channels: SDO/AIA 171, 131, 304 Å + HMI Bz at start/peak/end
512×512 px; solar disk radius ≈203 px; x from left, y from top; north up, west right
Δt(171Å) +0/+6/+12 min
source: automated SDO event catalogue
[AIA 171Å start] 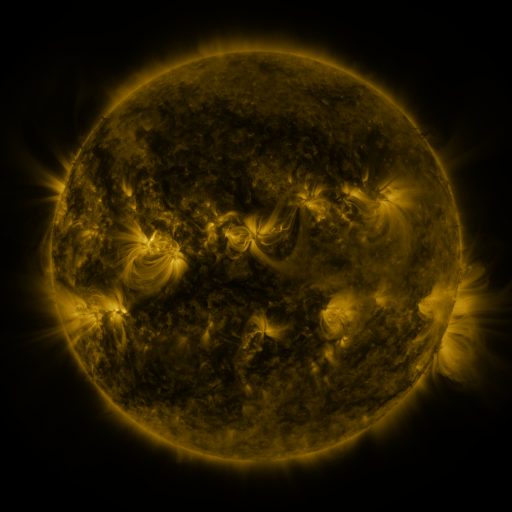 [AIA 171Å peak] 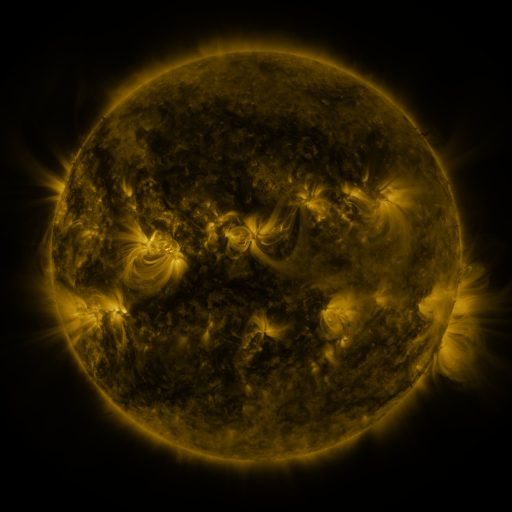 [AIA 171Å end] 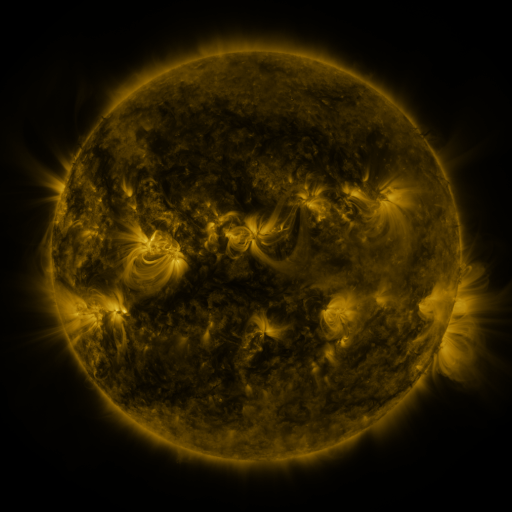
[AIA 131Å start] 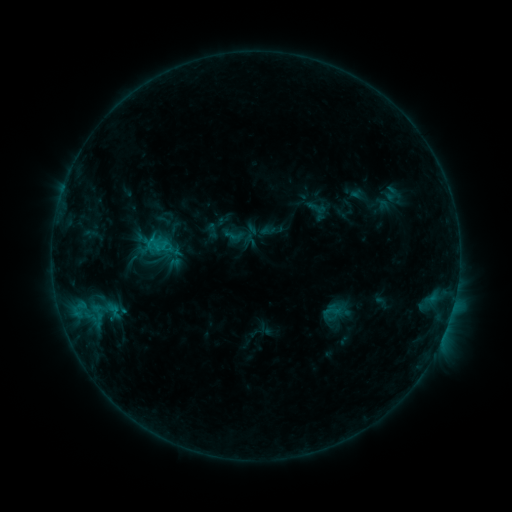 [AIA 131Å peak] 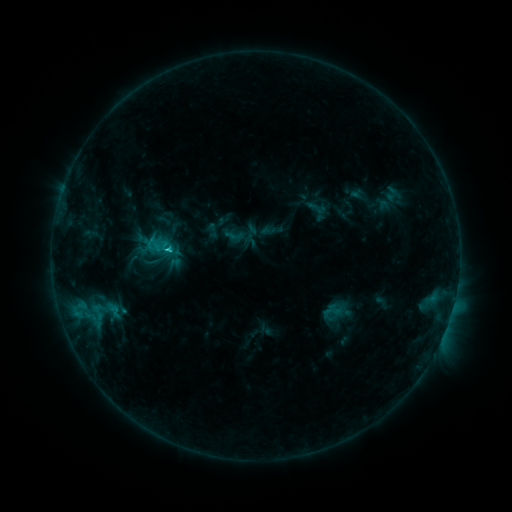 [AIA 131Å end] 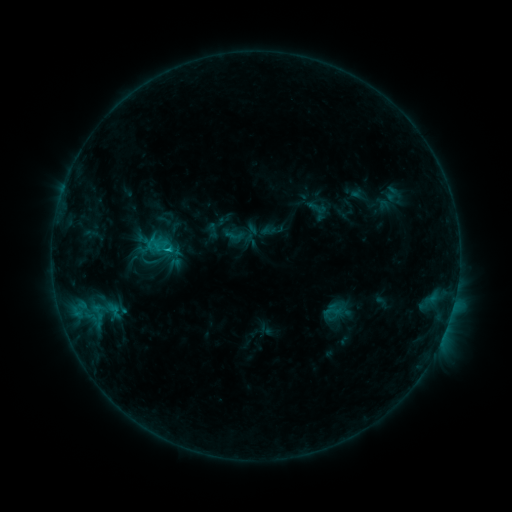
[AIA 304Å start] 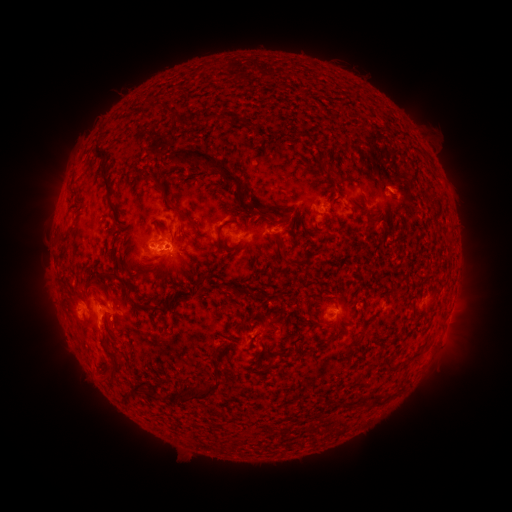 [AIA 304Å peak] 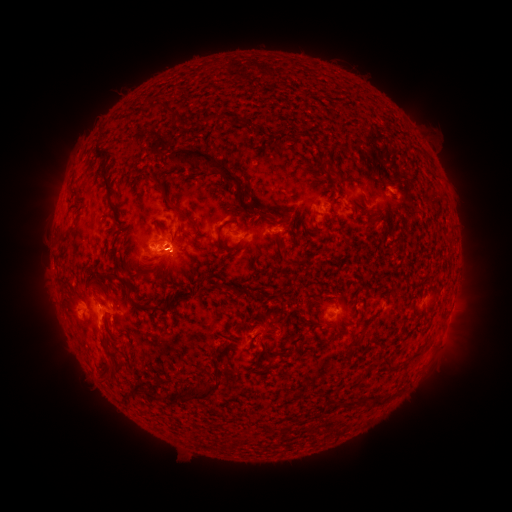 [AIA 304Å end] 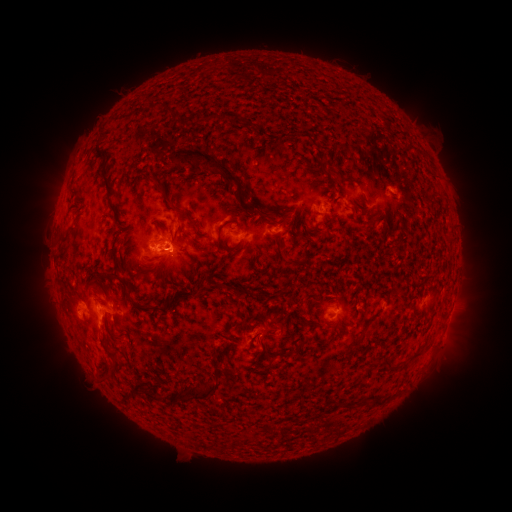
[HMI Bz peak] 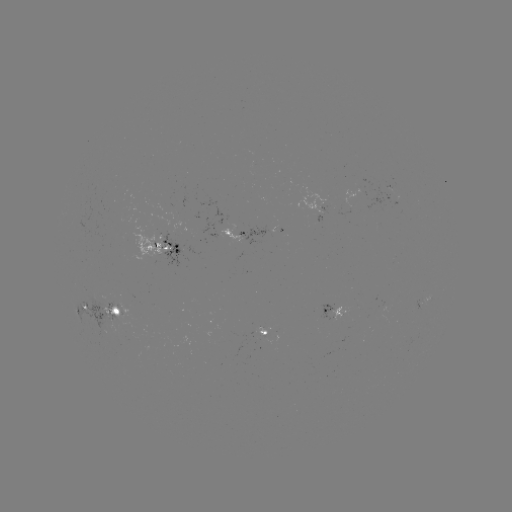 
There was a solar flare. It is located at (170, 251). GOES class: C1.6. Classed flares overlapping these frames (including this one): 1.